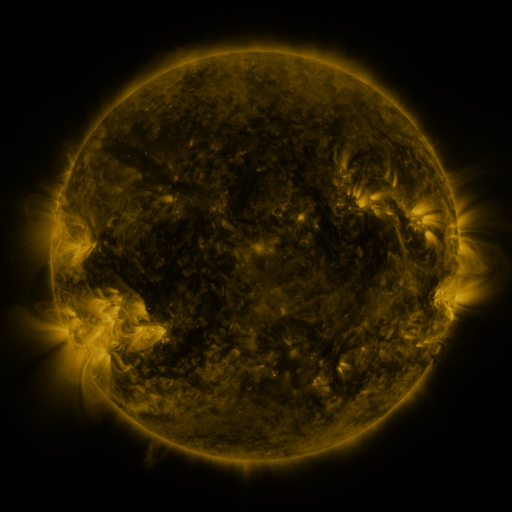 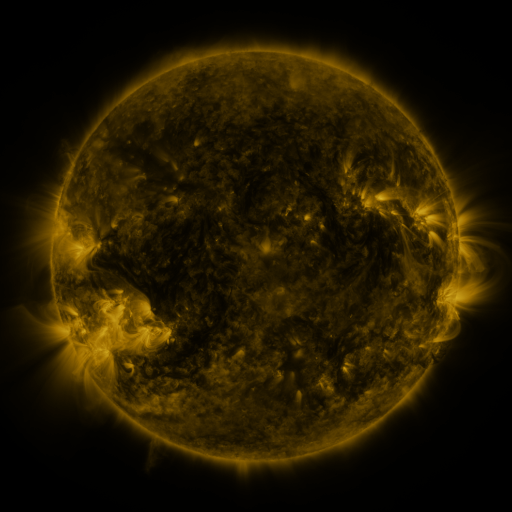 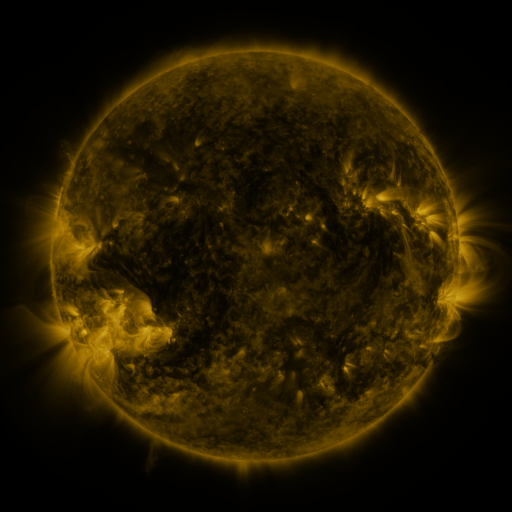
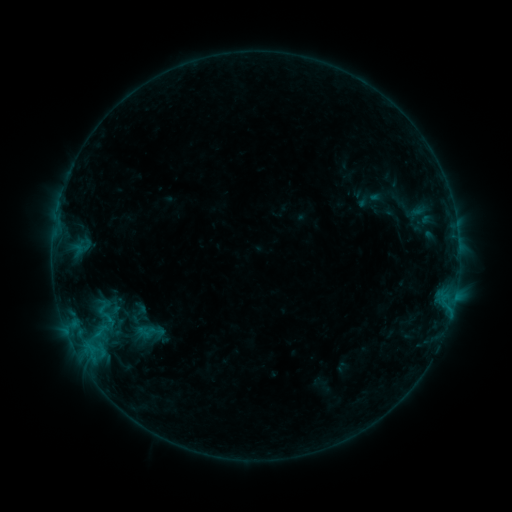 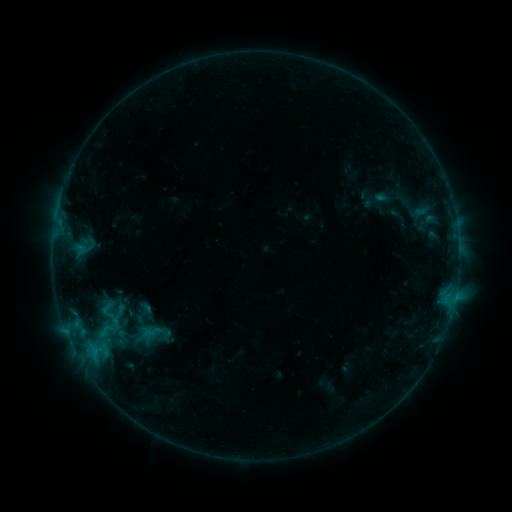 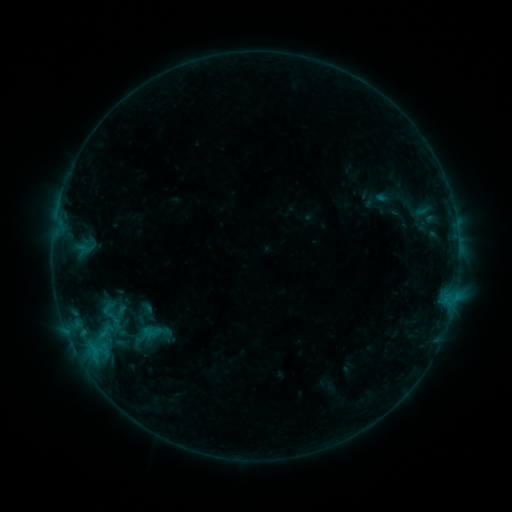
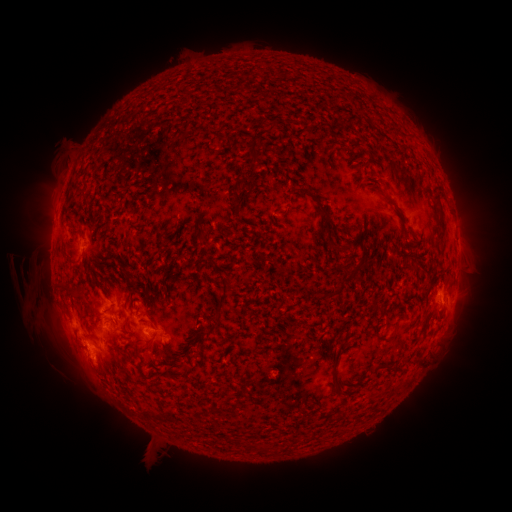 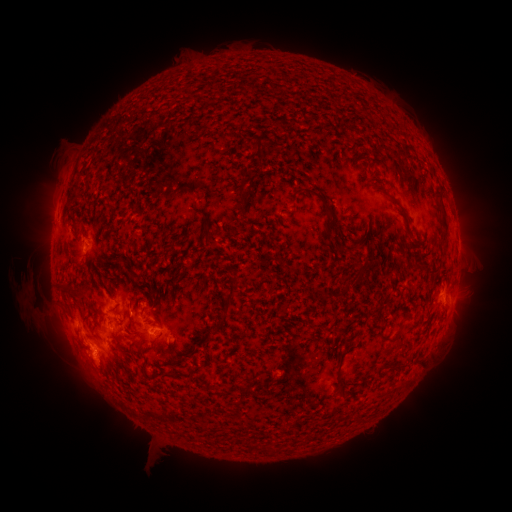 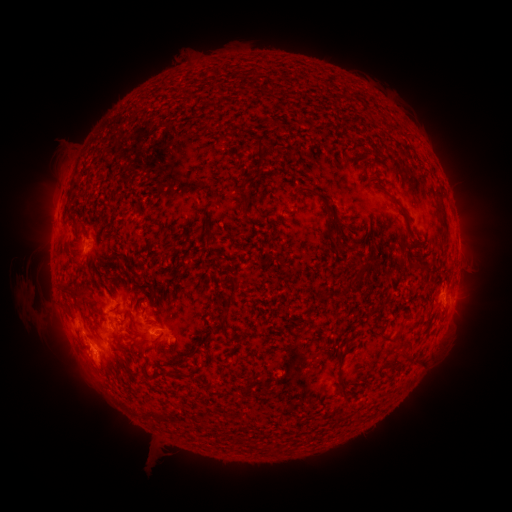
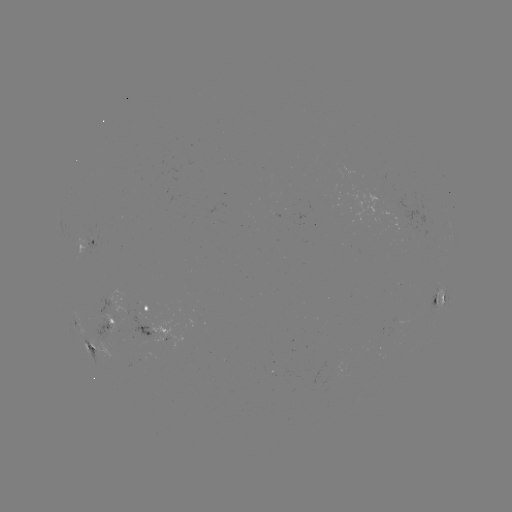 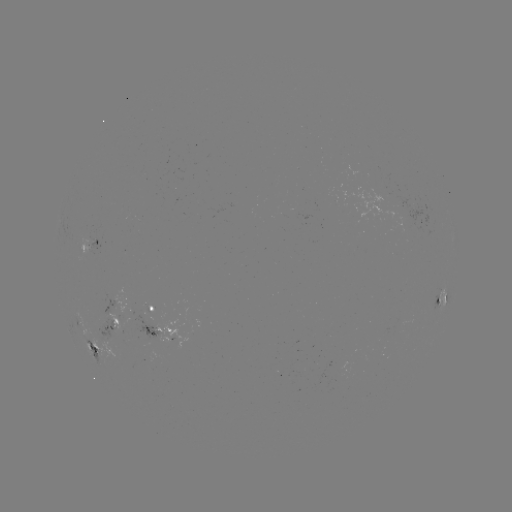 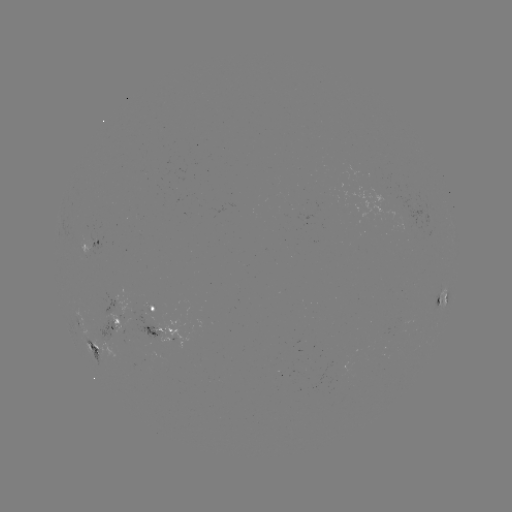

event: emerging-flux region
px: (146, 316)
